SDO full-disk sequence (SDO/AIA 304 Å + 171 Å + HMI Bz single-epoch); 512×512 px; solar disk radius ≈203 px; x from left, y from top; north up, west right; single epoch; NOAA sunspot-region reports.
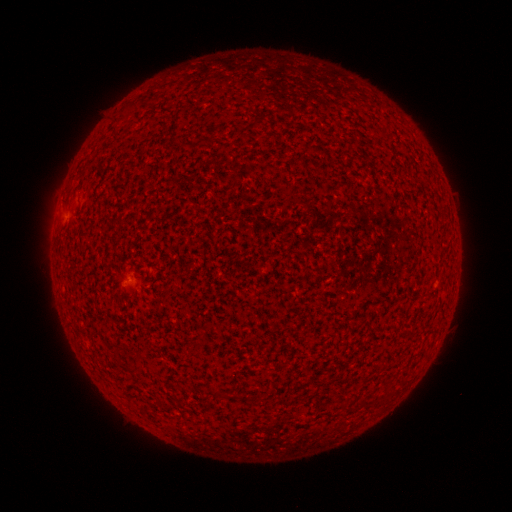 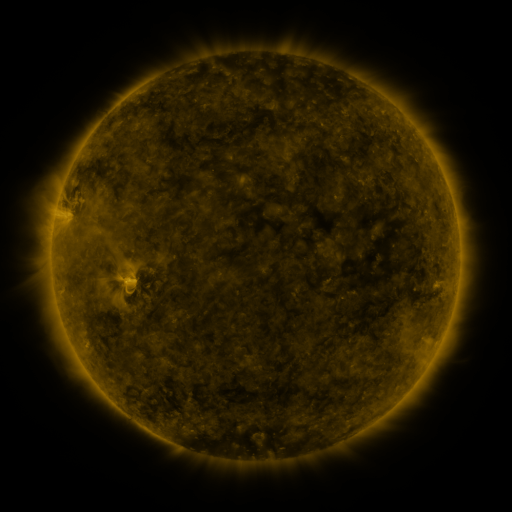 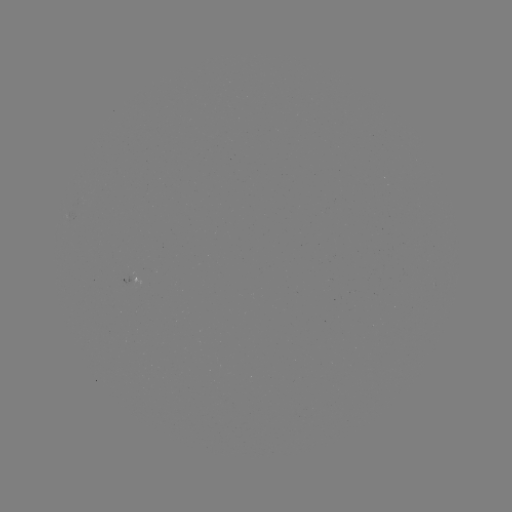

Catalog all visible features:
spotted active region: (128, 274)
